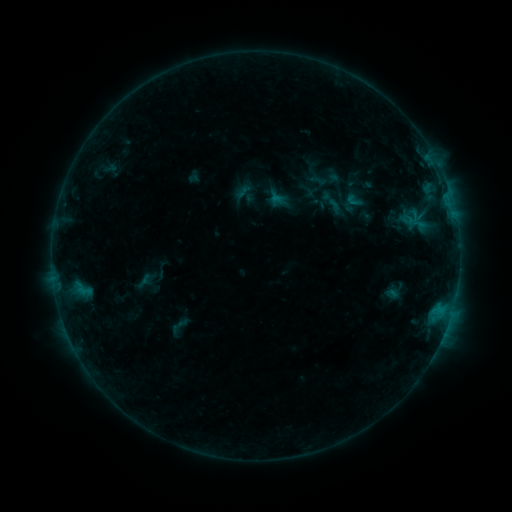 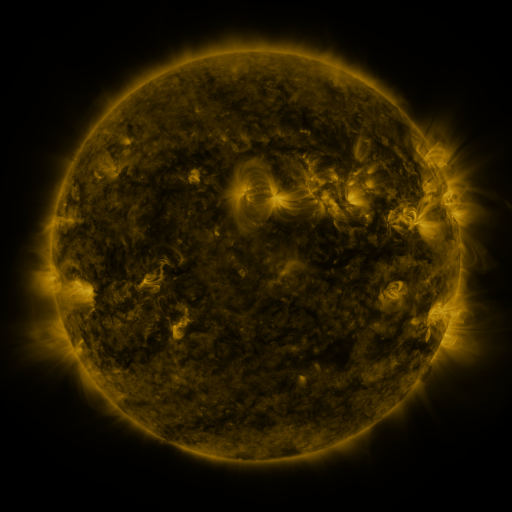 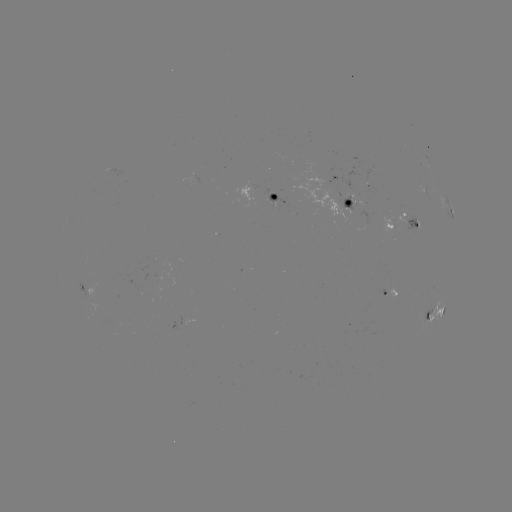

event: sigmoid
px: (319, 180)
